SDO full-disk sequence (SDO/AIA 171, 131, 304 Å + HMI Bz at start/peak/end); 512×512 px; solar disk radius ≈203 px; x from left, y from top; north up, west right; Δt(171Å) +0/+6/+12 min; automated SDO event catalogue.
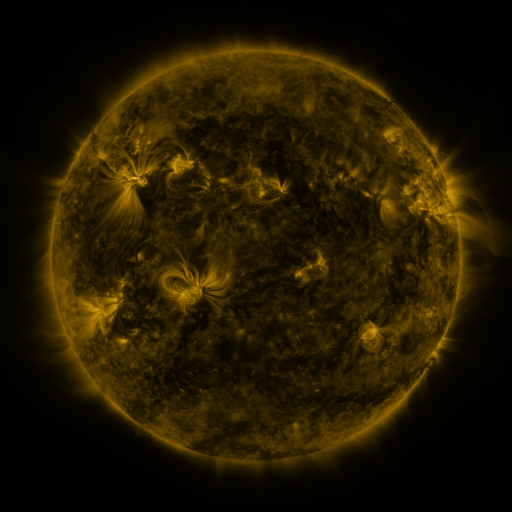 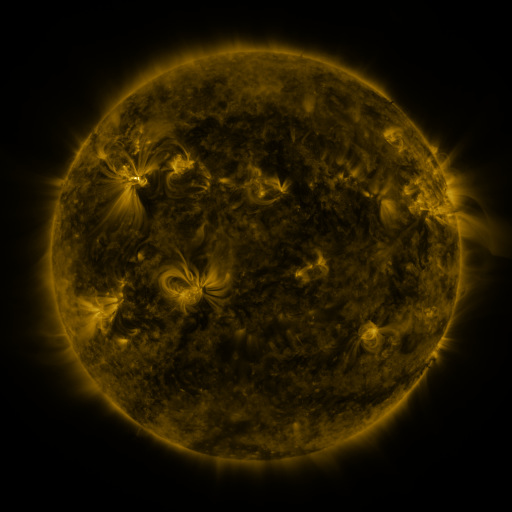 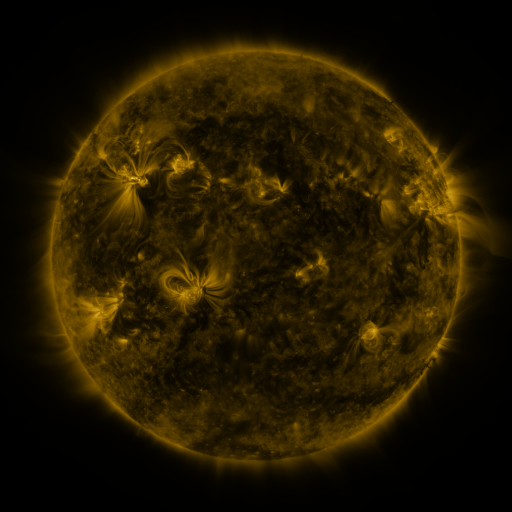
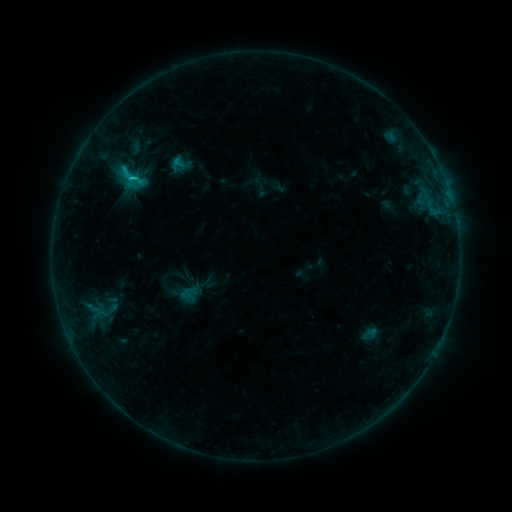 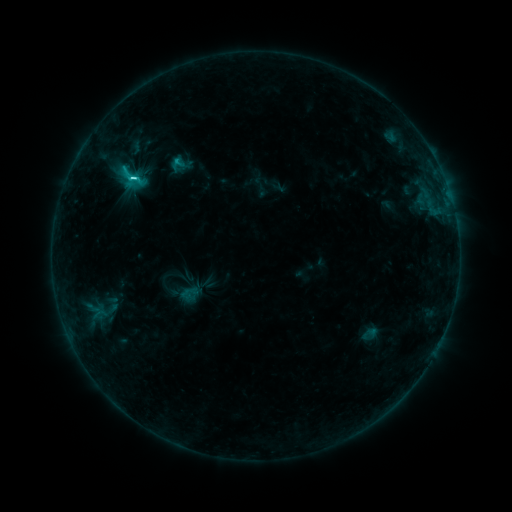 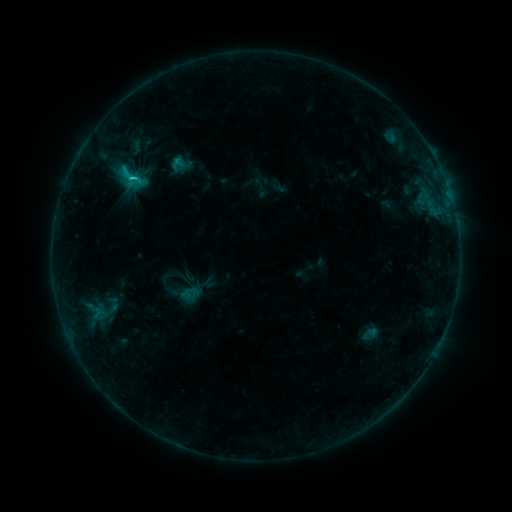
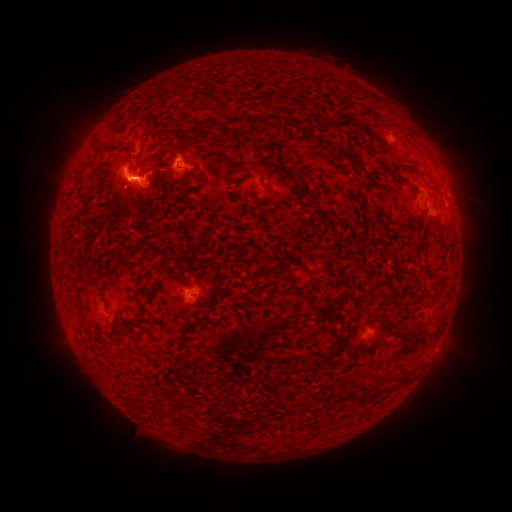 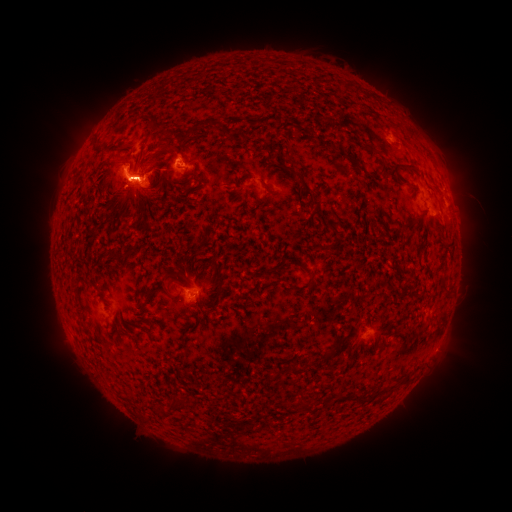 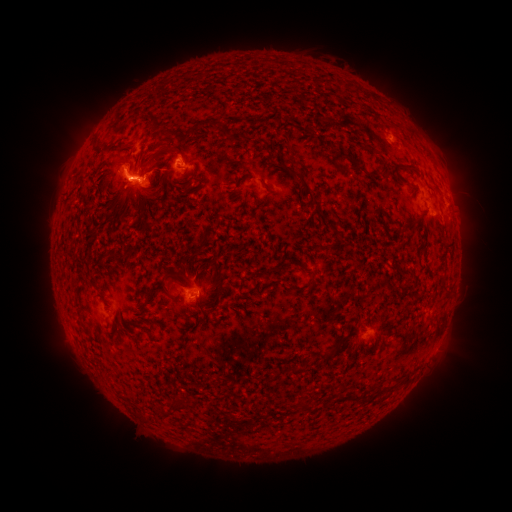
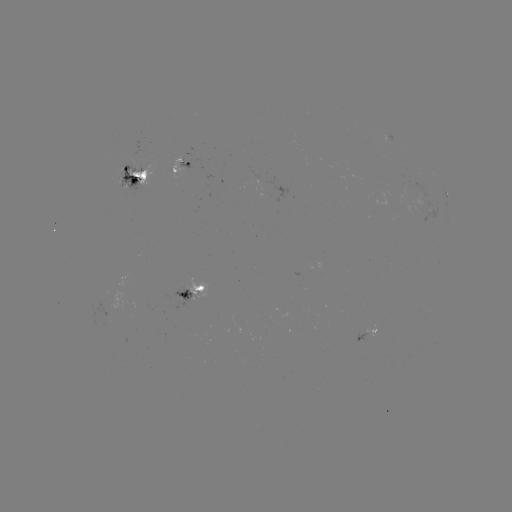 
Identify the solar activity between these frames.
C3.0 flare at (178, 161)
